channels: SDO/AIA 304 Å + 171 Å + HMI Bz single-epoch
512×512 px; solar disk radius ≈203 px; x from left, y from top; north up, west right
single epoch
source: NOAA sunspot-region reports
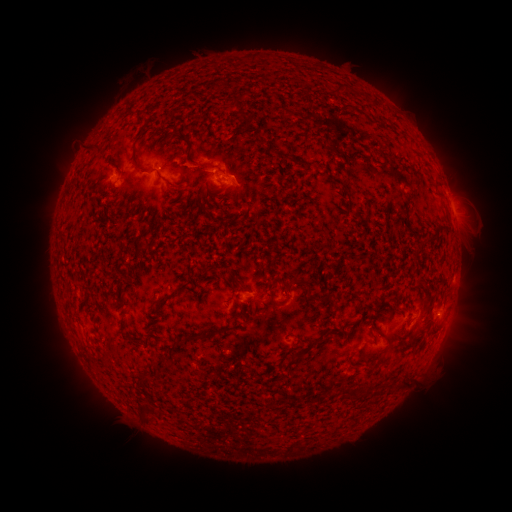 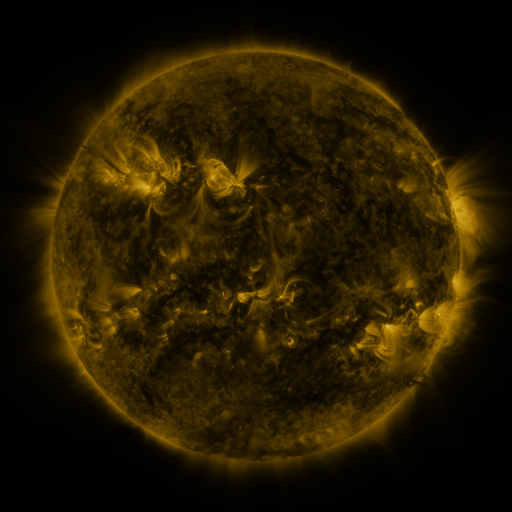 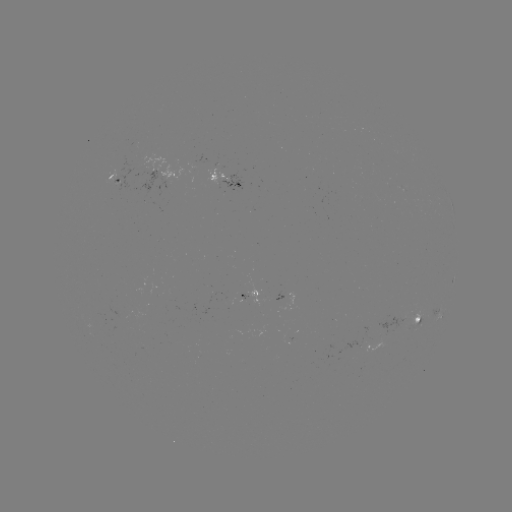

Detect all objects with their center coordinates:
spotted active region: (115, 175)
spotted active region: (232, 178)
spotted active region: (249, 293)
spotted active region: (442, 312)
spotted active region: (417, 320)
